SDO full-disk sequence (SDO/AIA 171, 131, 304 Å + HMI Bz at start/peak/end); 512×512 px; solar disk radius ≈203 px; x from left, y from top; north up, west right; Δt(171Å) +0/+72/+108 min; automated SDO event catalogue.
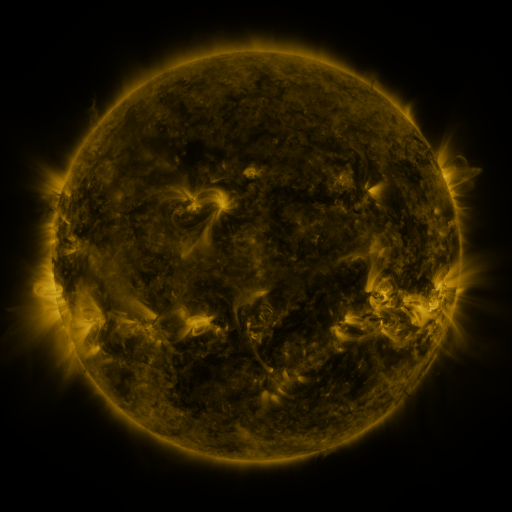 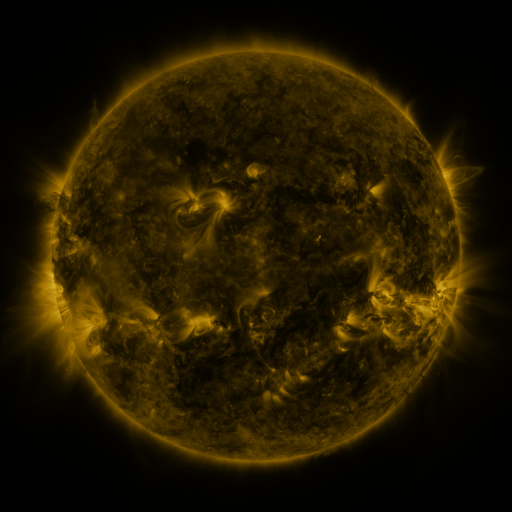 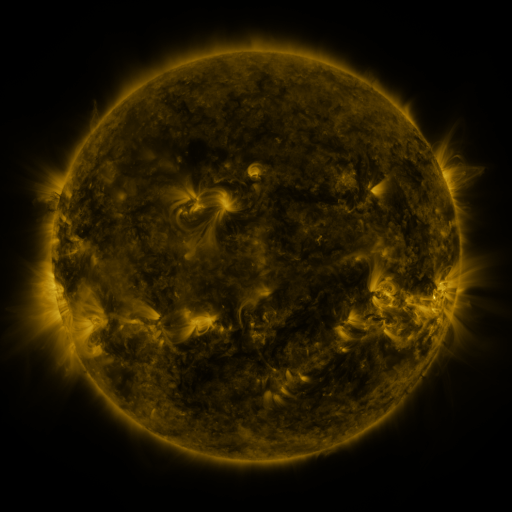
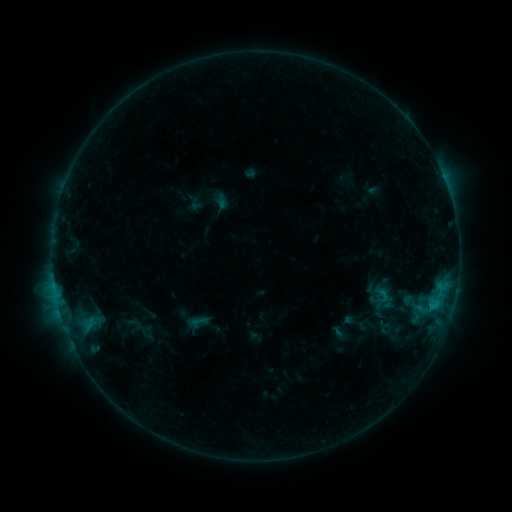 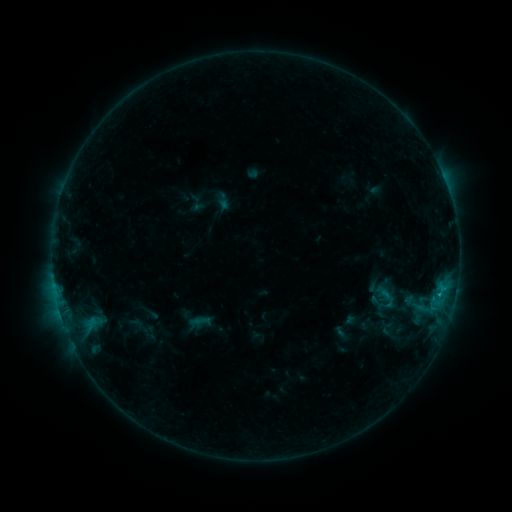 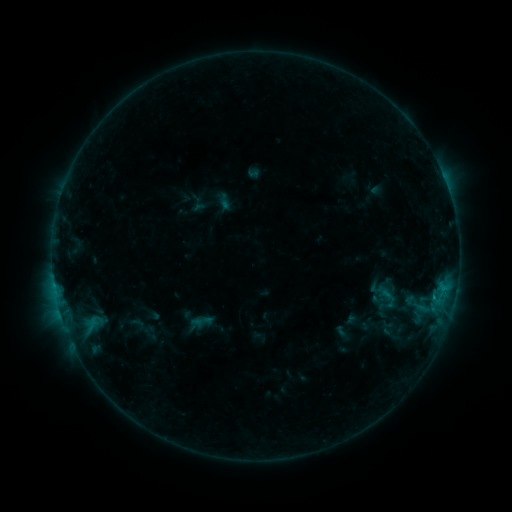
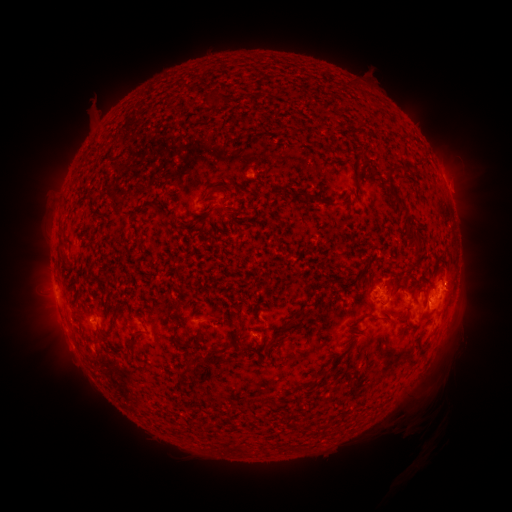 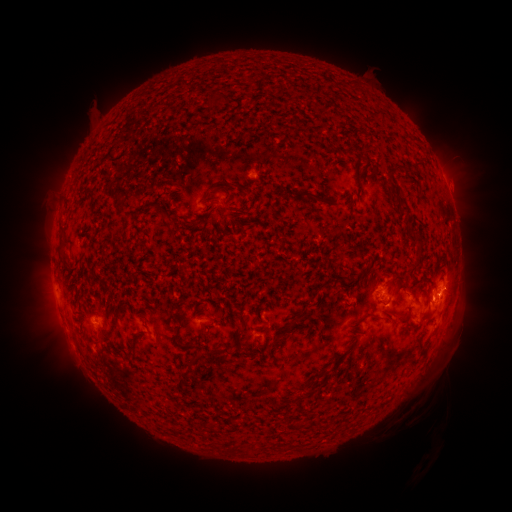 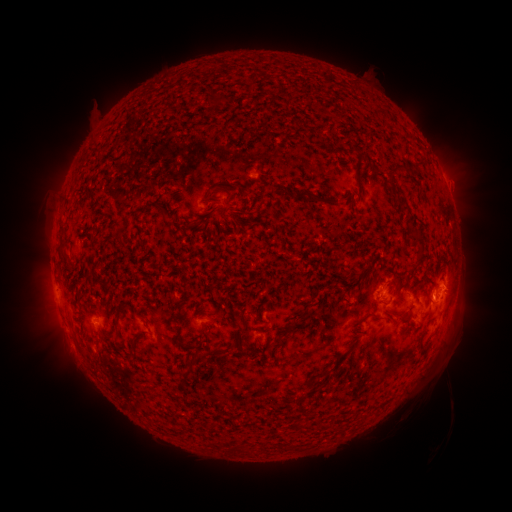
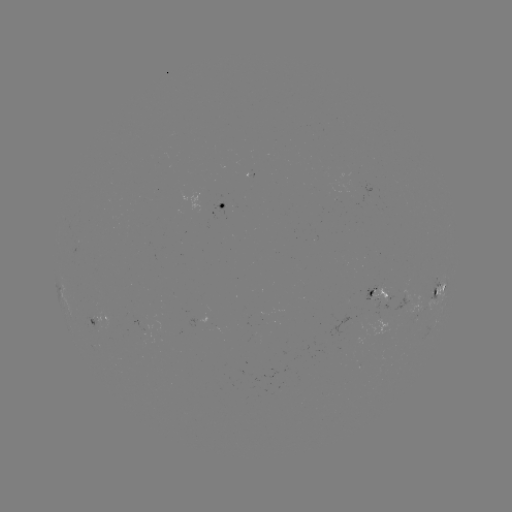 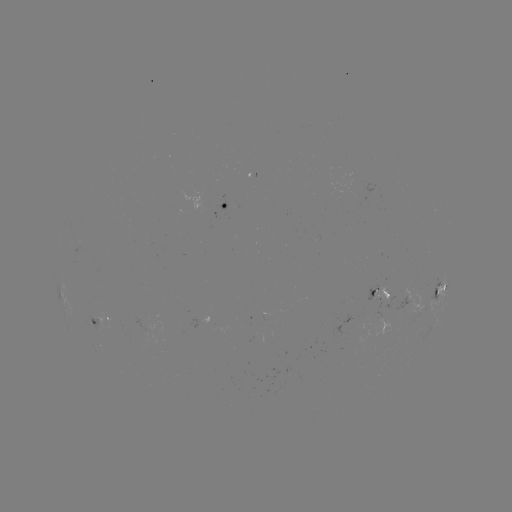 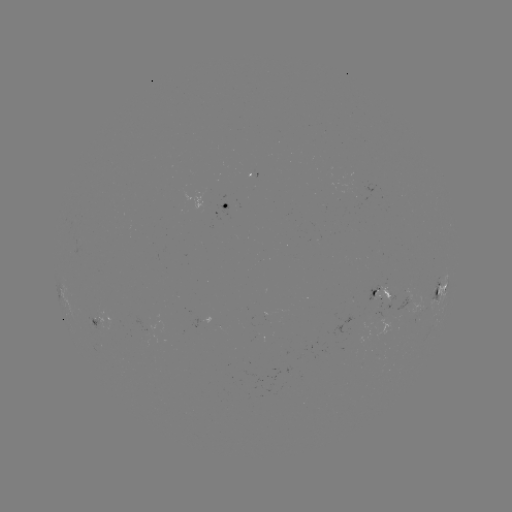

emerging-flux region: <bbox>129, 314, 158, 342</bbox>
